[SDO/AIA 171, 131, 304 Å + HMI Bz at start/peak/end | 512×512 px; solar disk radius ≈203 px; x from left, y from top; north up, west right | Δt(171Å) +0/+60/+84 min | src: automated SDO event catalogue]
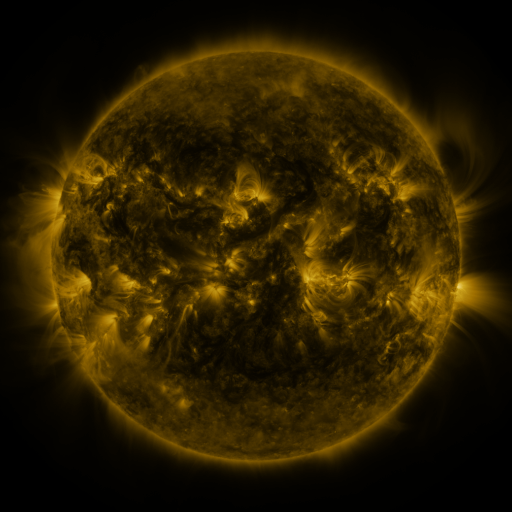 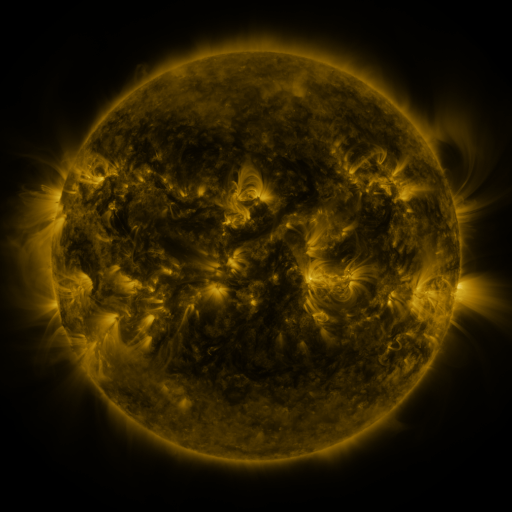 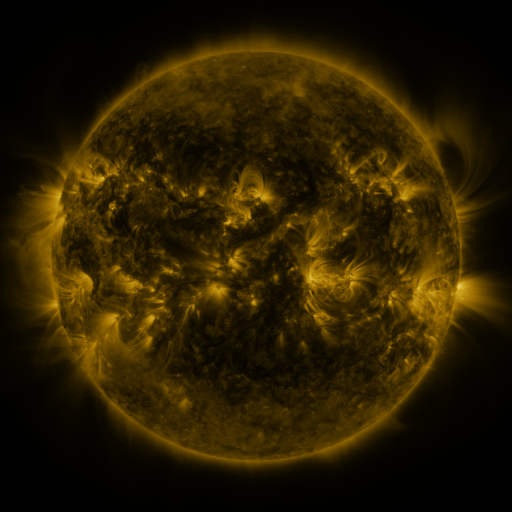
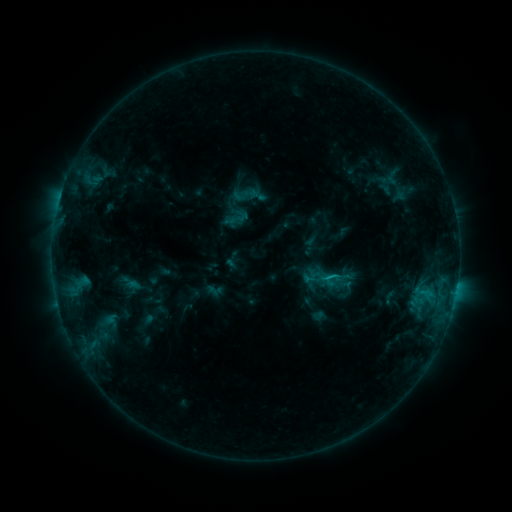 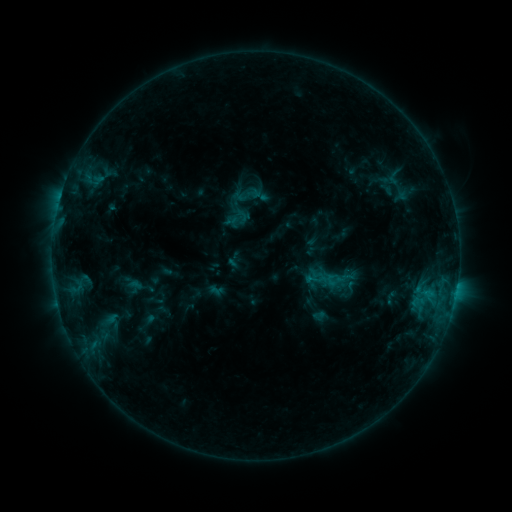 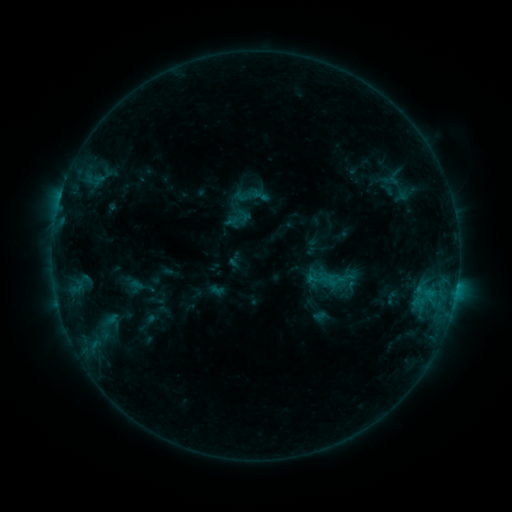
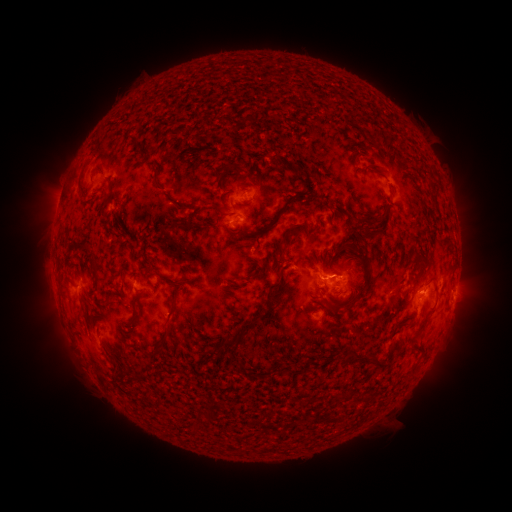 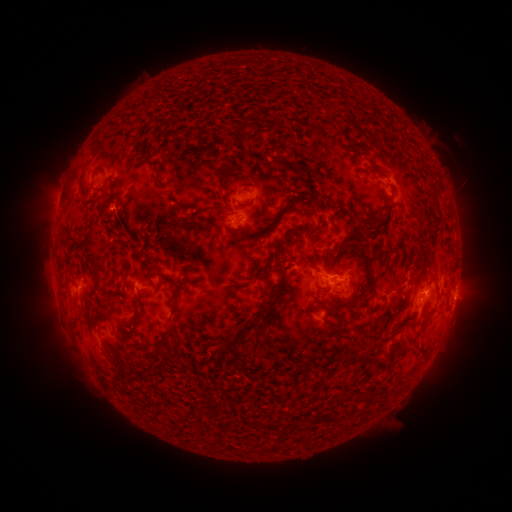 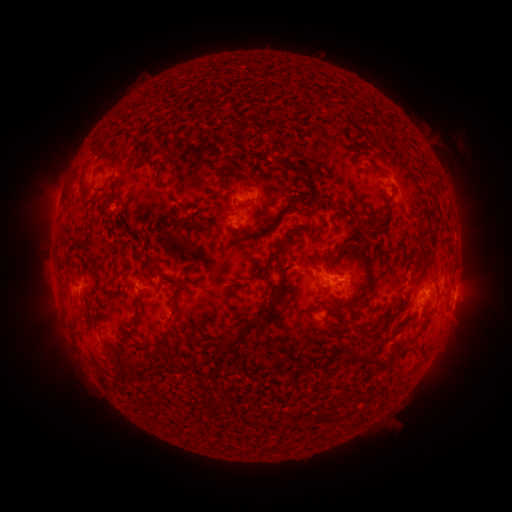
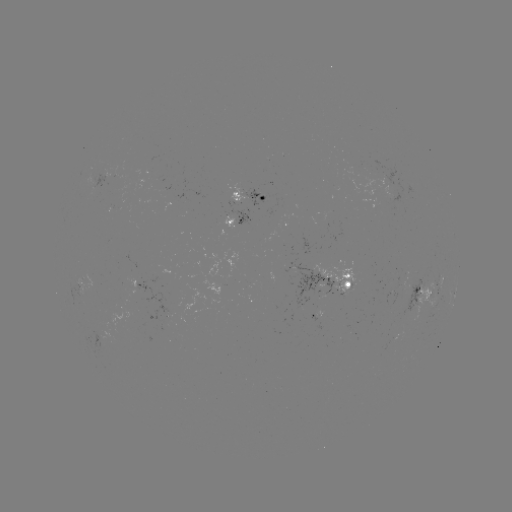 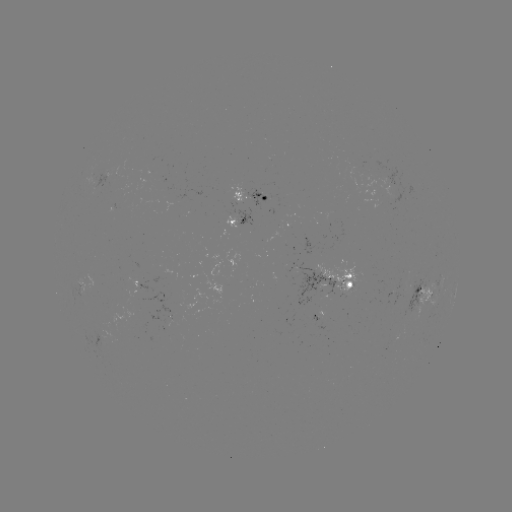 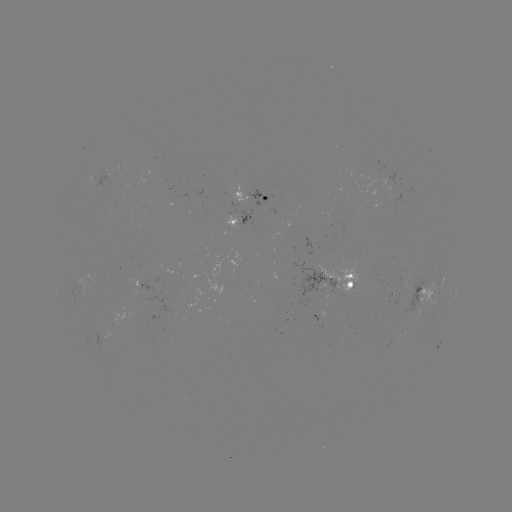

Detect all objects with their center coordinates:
emerging-flux region: (305, 275)
